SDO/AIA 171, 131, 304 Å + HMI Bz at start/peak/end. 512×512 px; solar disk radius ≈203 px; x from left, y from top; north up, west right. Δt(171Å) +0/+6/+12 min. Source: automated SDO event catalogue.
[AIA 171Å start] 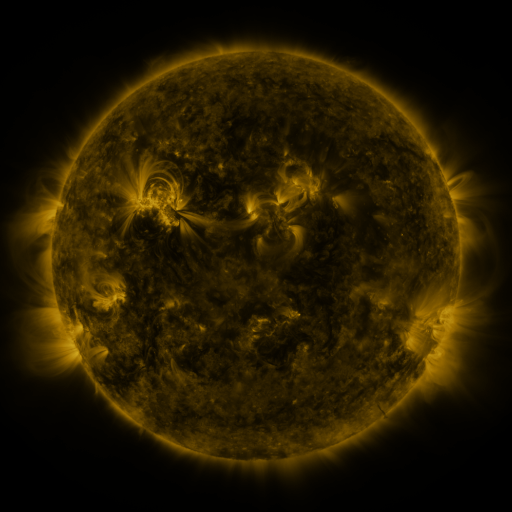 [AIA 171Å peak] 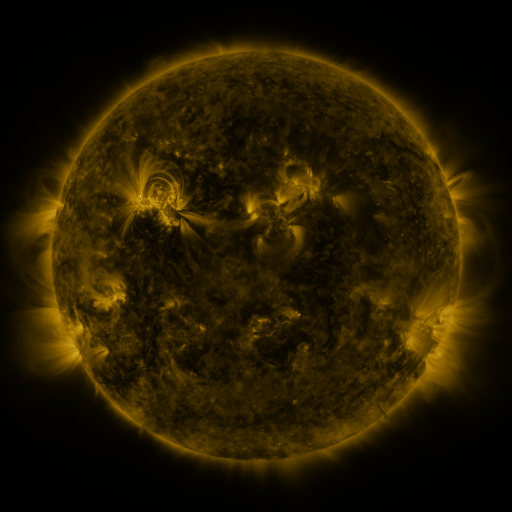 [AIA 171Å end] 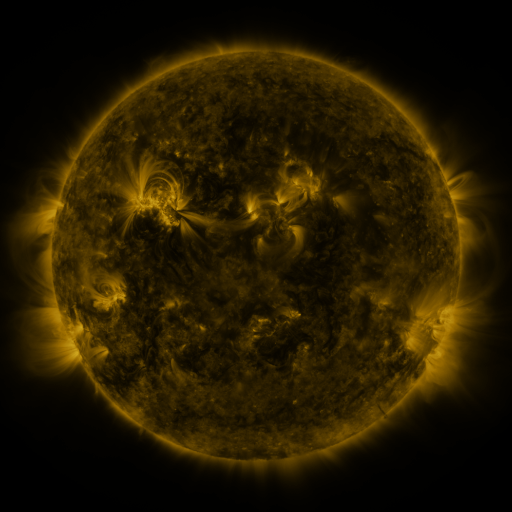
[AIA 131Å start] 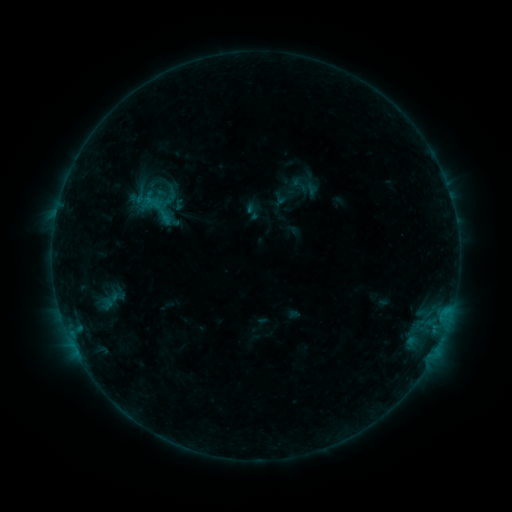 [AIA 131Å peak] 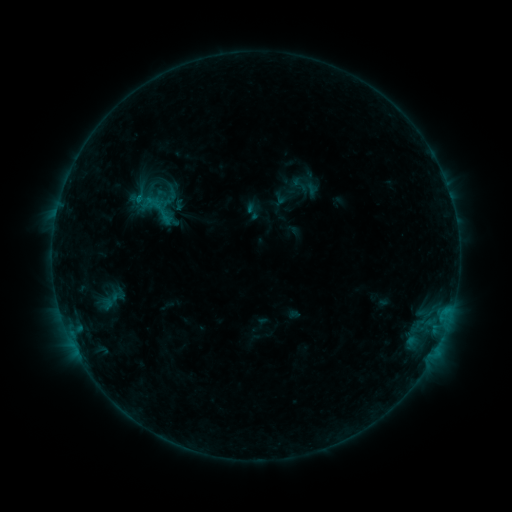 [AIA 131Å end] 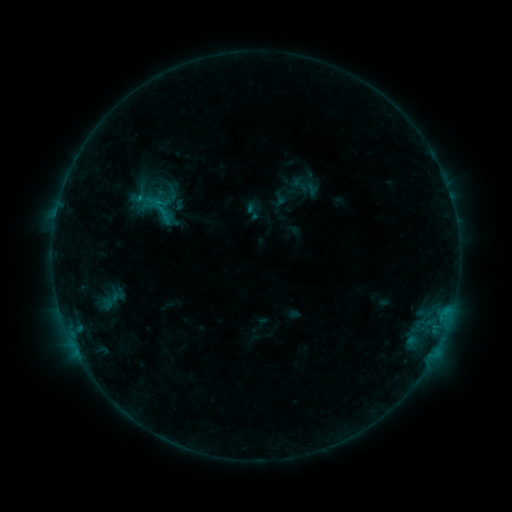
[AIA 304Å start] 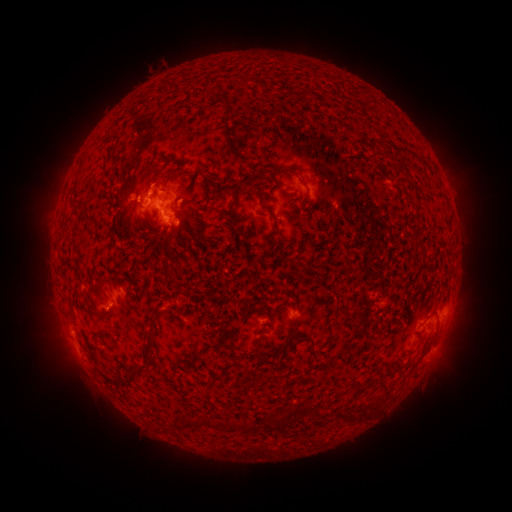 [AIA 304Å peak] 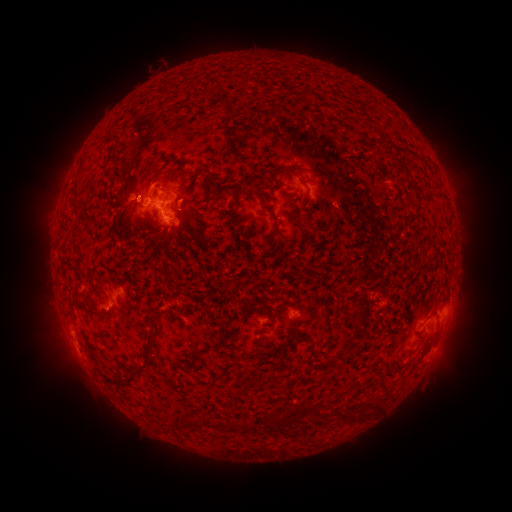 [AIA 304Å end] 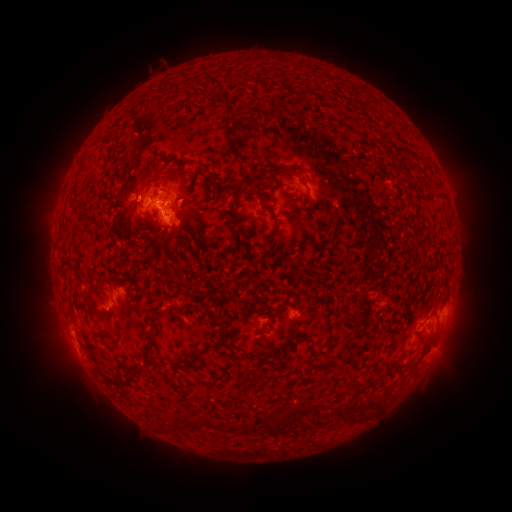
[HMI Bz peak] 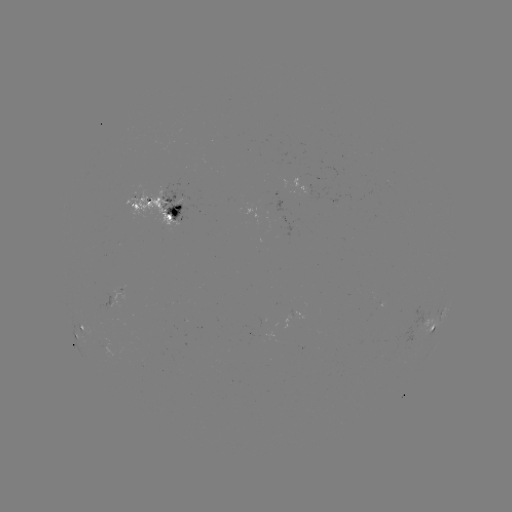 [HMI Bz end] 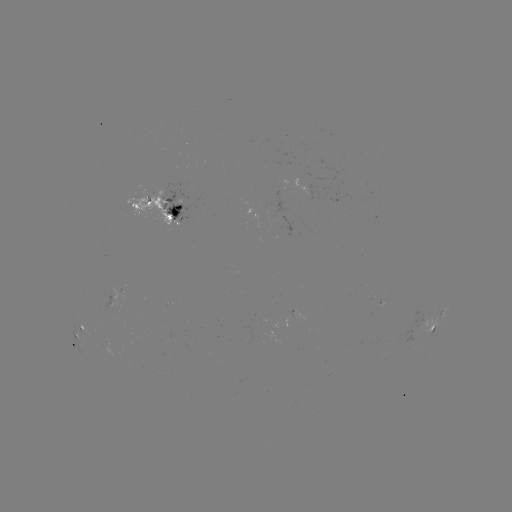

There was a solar flare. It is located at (142, 200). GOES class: B6.8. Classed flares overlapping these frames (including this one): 1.